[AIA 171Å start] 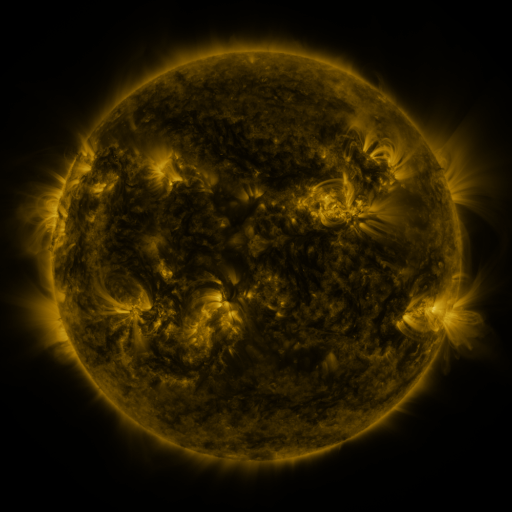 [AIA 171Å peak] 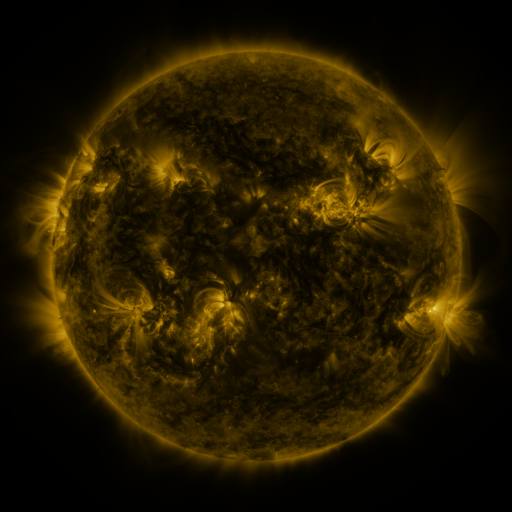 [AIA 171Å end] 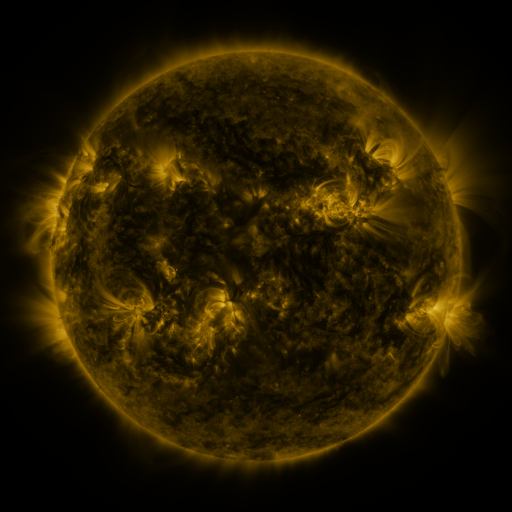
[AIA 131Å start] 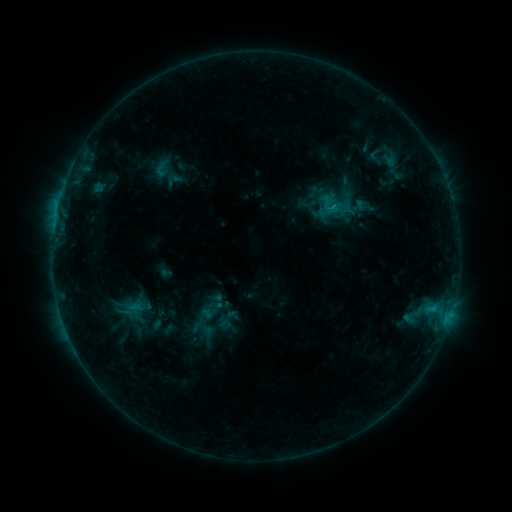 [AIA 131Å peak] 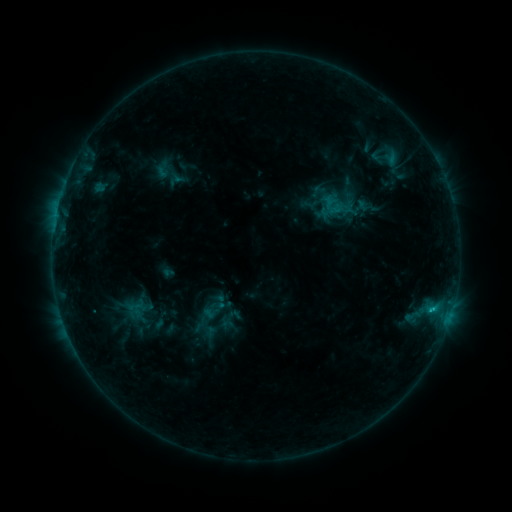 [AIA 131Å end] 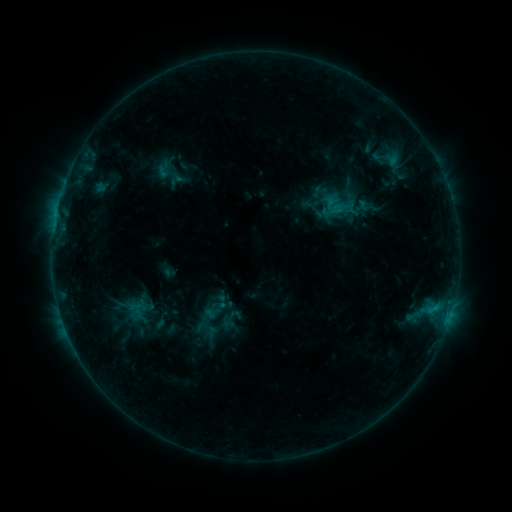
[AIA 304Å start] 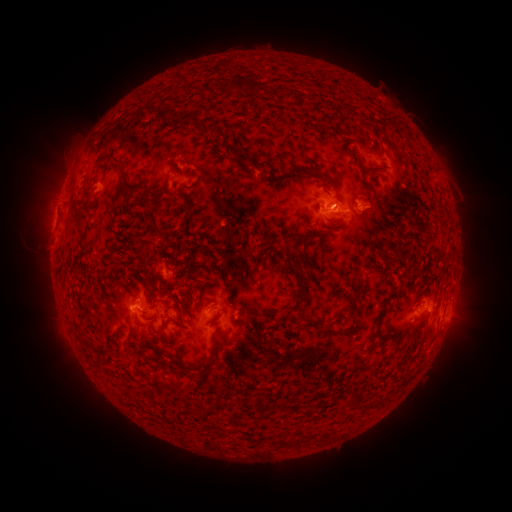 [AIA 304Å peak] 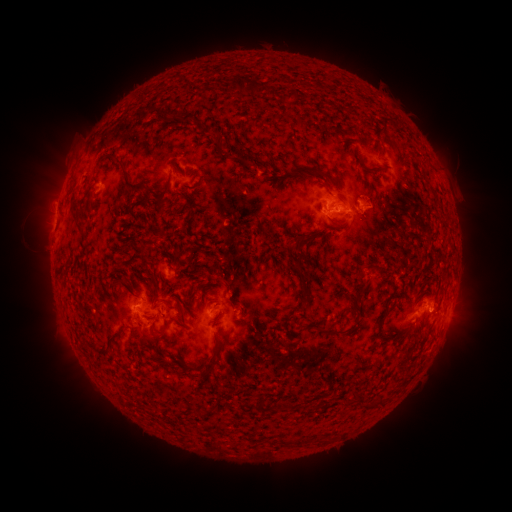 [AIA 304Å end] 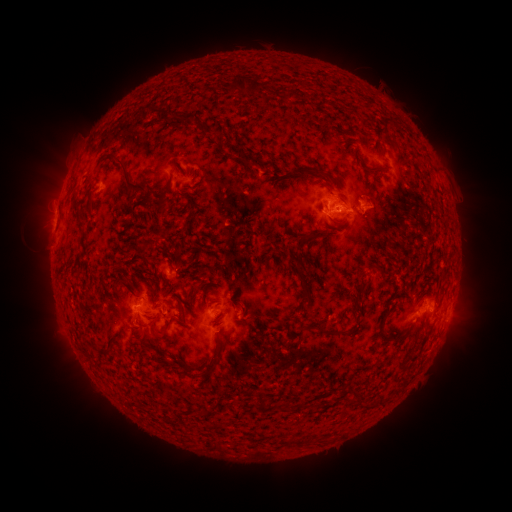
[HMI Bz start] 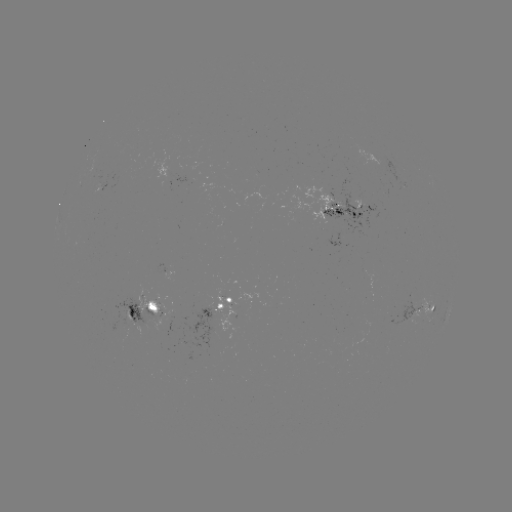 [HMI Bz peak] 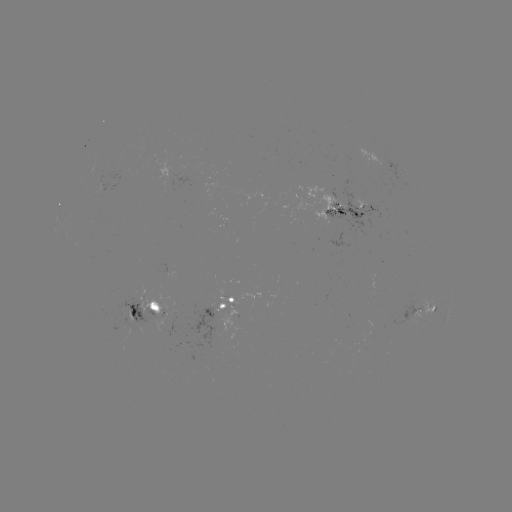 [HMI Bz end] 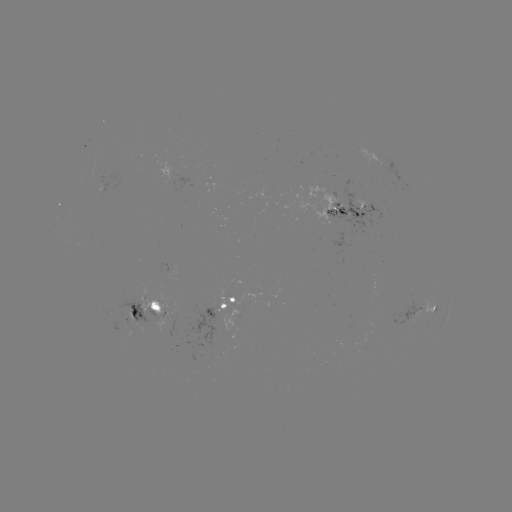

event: emerging-flux region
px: (345, 209)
